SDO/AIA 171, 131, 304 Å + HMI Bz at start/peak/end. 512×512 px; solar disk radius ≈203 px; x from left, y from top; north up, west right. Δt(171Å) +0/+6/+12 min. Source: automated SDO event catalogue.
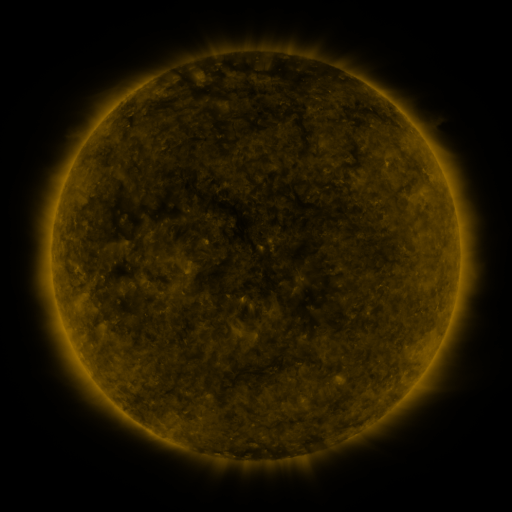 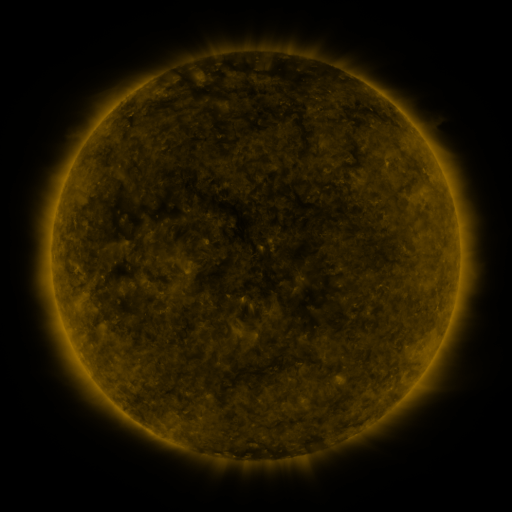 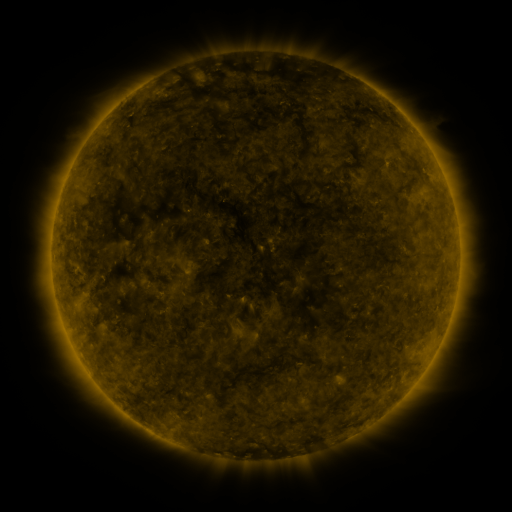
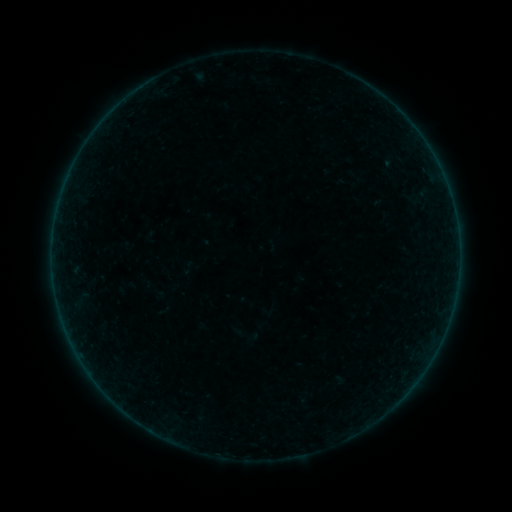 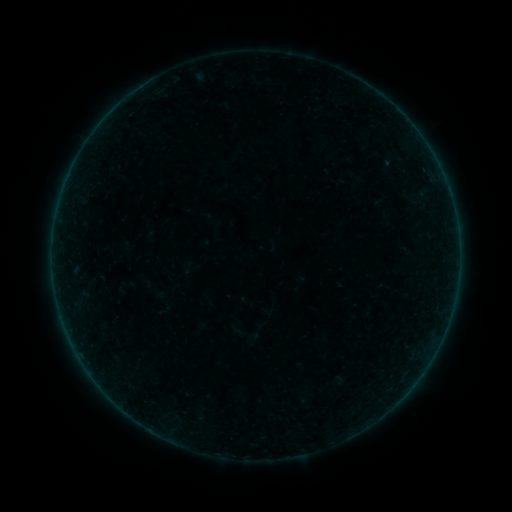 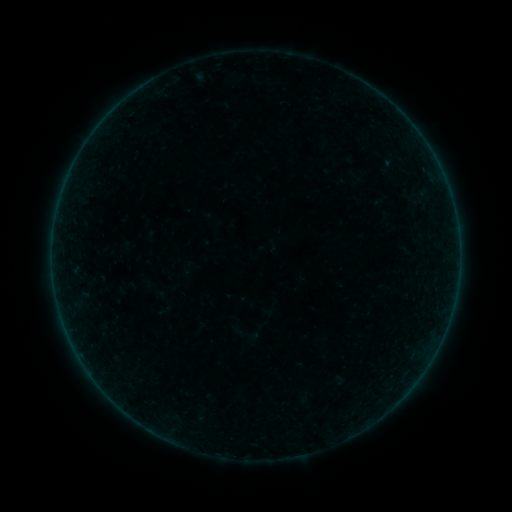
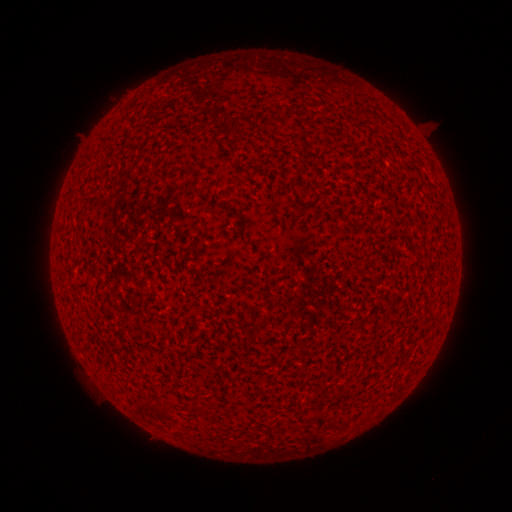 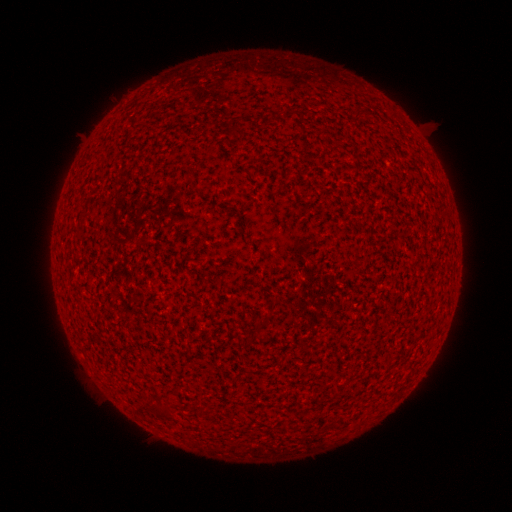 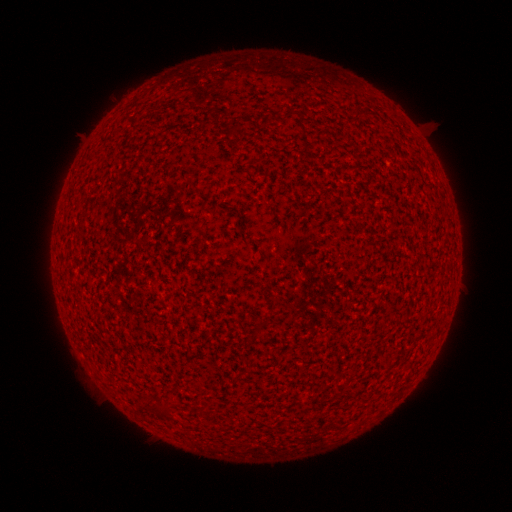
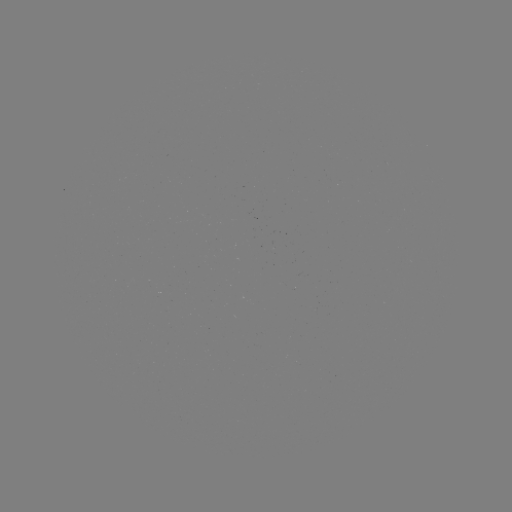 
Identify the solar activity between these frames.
A1.1 flare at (81, 353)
